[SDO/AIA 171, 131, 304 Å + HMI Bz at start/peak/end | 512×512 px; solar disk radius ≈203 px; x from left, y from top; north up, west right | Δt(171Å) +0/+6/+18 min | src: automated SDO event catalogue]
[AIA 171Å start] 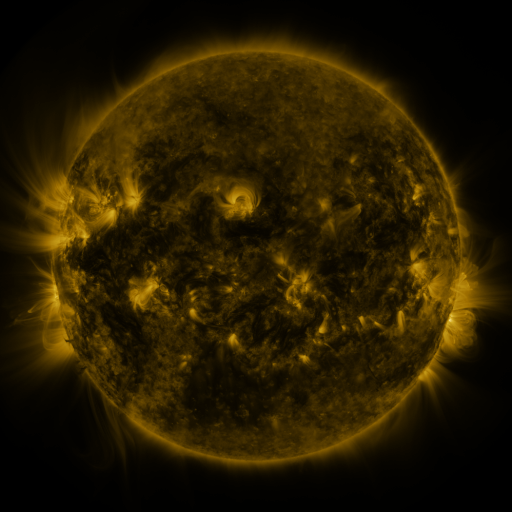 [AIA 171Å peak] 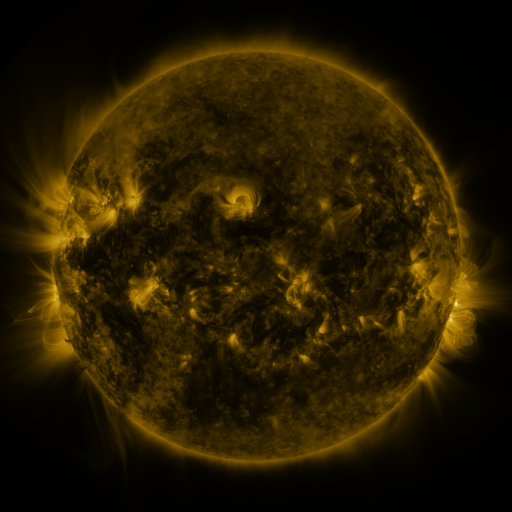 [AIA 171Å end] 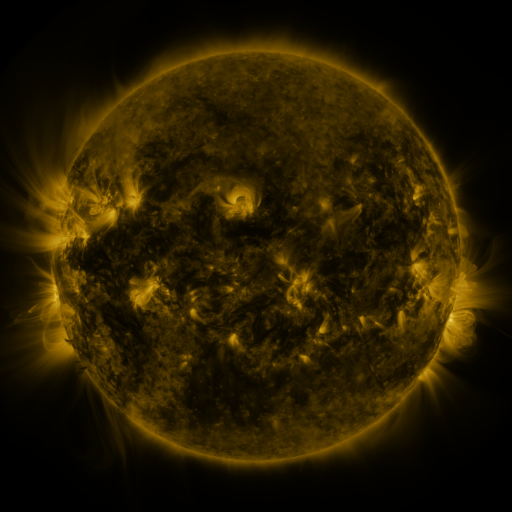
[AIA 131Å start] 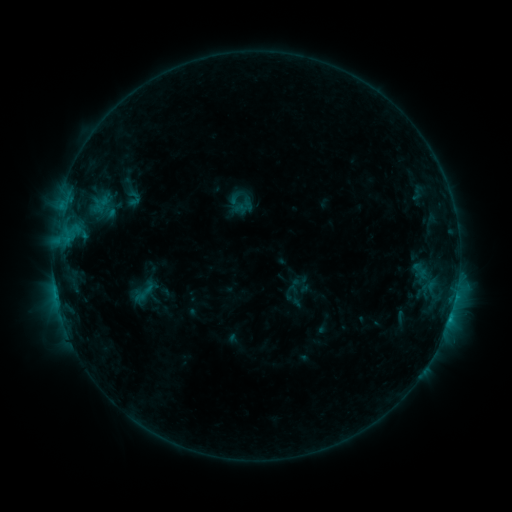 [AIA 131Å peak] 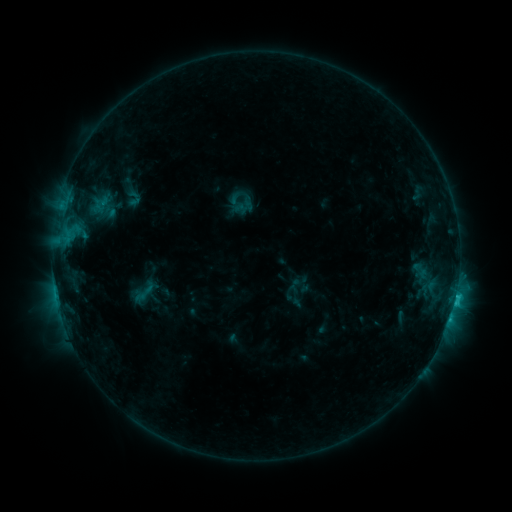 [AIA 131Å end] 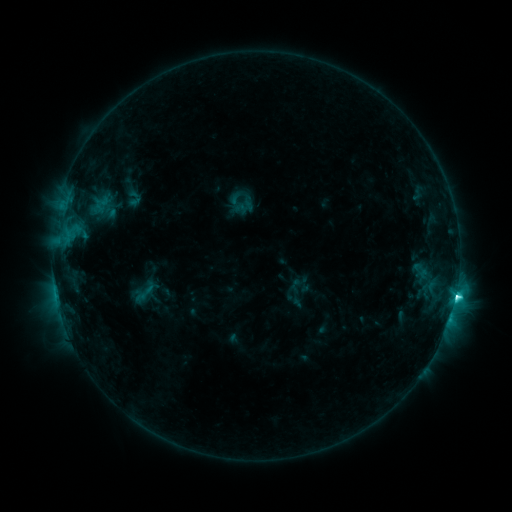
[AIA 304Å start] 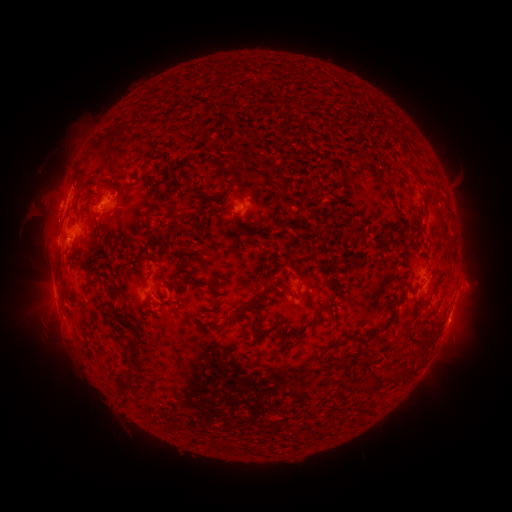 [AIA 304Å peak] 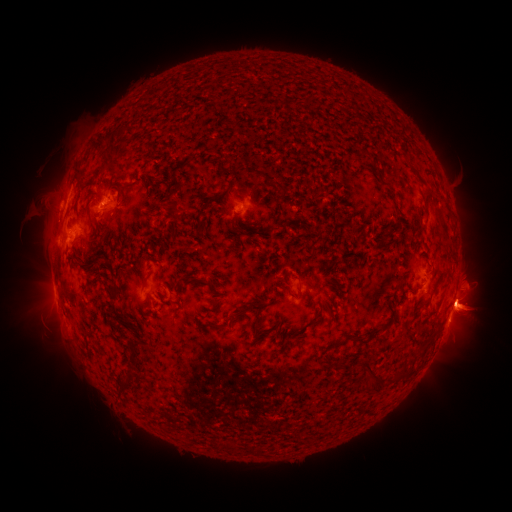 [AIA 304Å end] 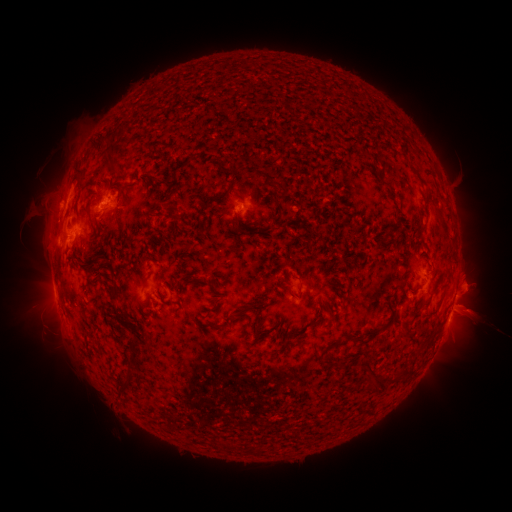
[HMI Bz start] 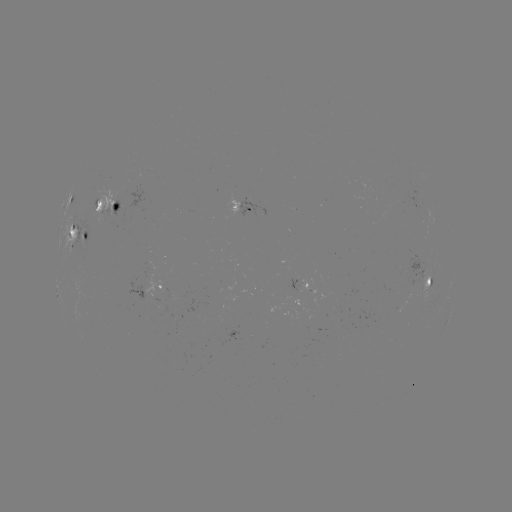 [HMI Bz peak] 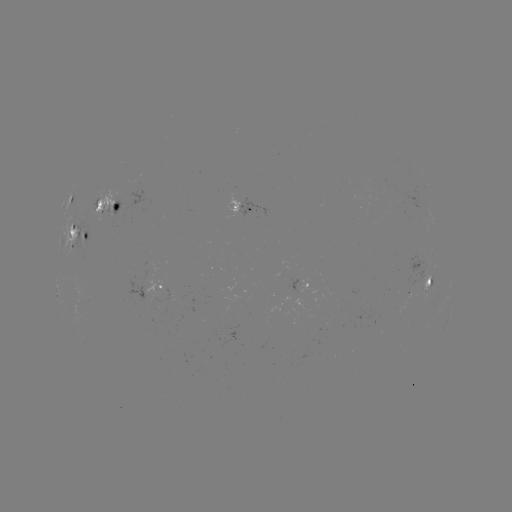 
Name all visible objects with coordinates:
eruption: (468, 305)
